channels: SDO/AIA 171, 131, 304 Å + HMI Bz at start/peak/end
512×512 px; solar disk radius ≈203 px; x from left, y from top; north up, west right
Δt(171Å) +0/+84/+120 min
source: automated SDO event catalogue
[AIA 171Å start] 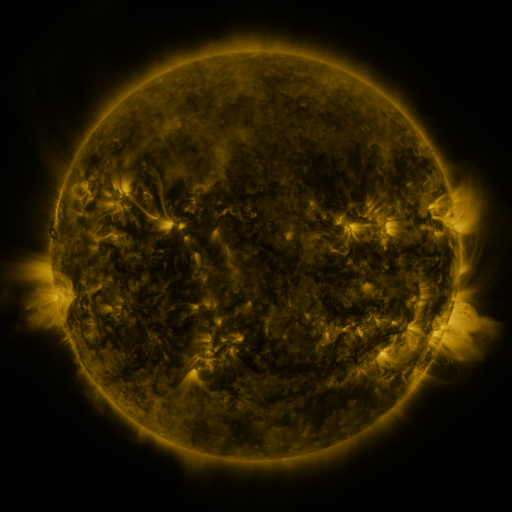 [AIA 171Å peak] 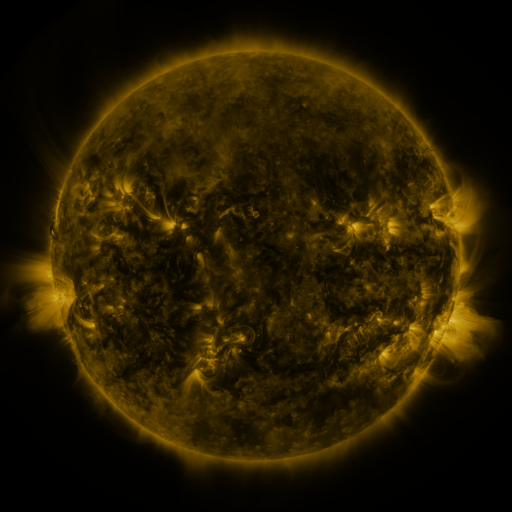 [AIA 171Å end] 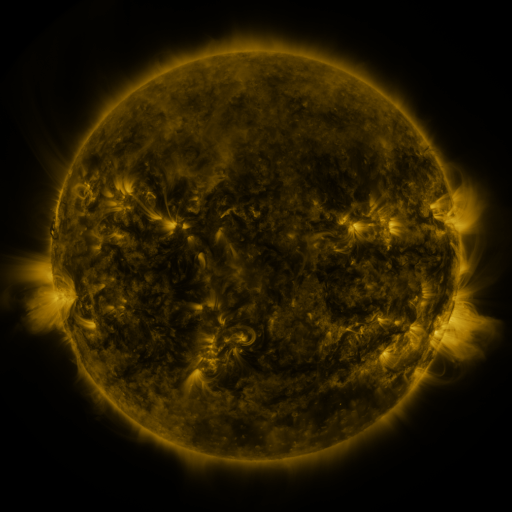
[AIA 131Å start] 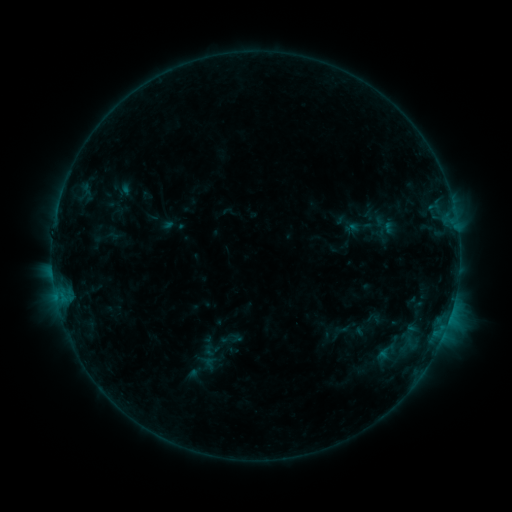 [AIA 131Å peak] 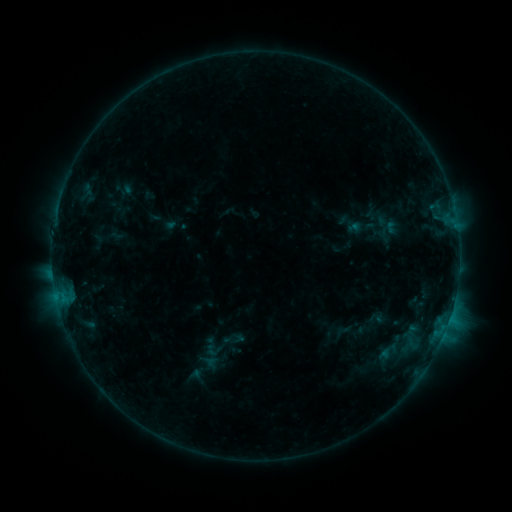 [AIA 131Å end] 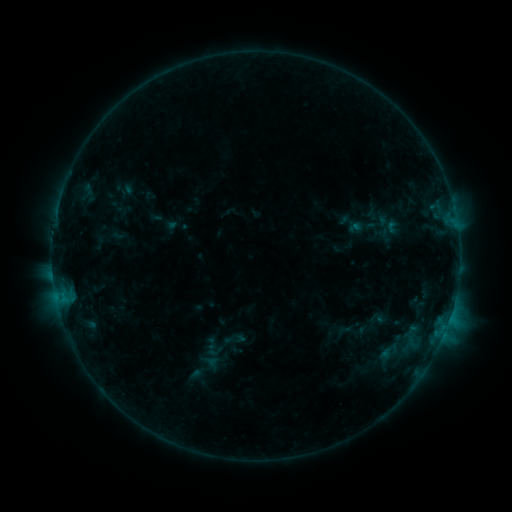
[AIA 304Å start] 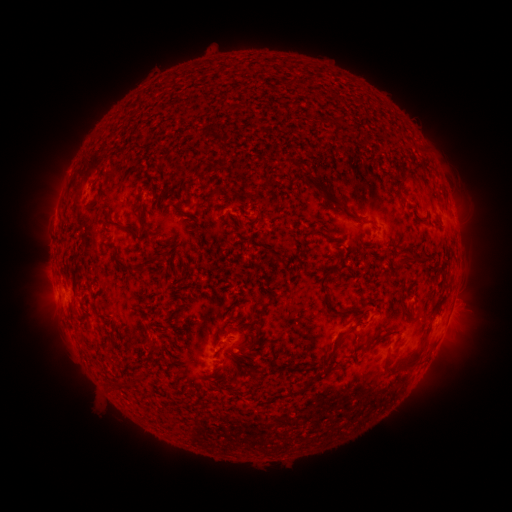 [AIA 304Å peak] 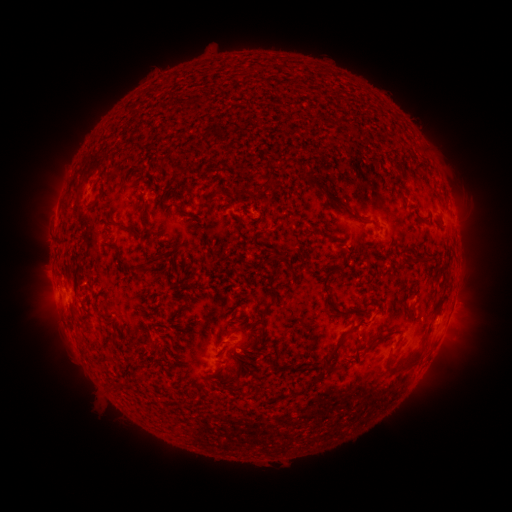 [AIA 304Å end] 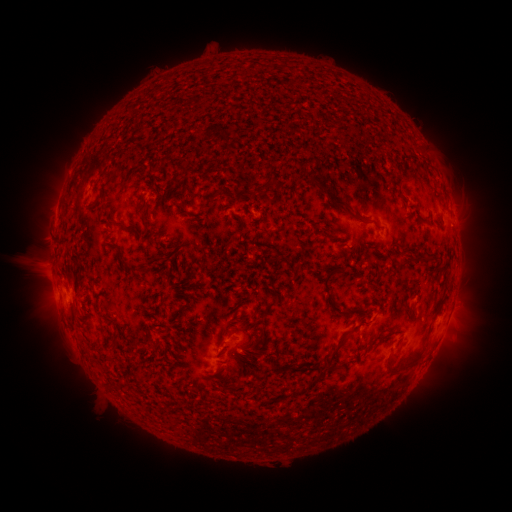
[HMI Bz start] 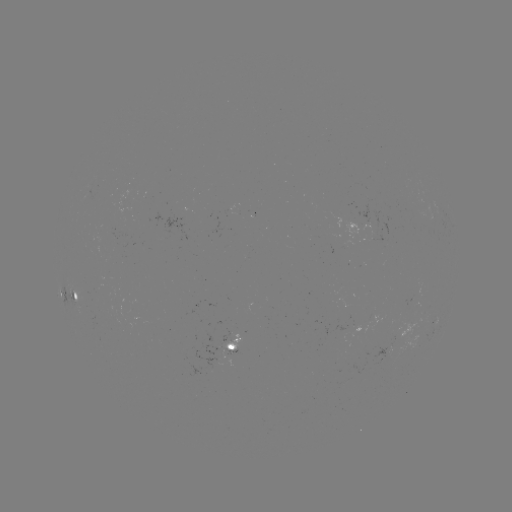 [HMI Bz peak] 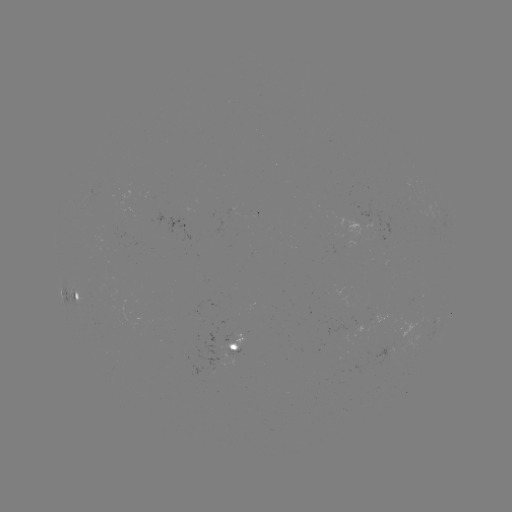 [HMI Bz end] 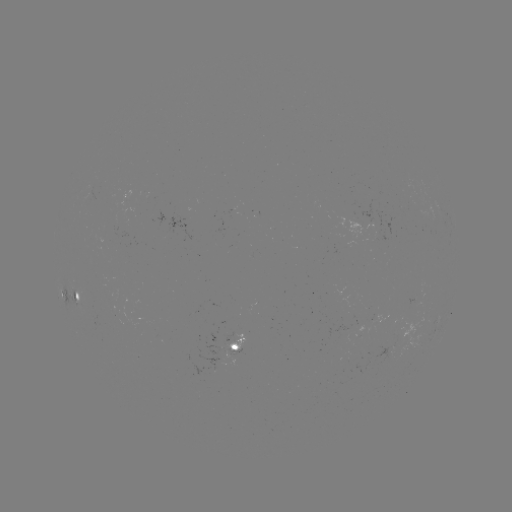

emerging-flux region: <bbox>388, 344, 394, 357</bbox>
